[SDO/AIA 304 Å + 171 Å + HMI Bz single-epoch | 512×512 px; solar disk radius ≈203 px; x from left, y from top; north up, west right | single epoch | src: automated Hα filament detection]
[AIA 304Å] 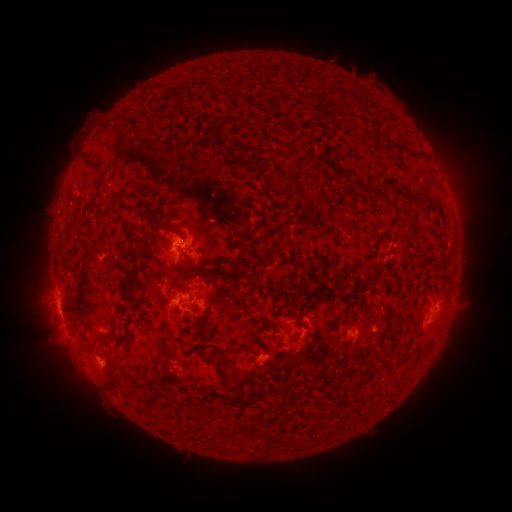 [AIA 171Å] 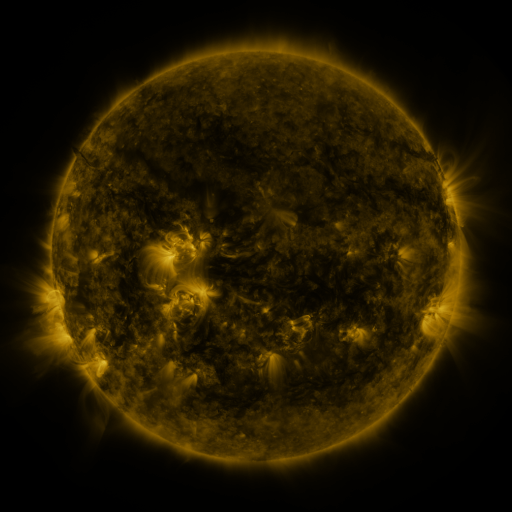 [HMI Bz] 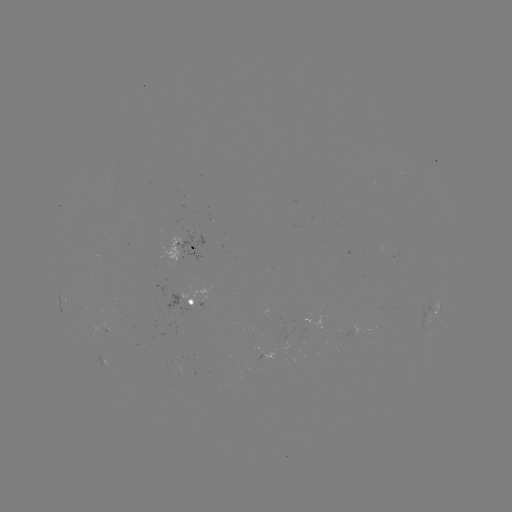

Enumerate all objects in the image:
filament: (167, 96, 179, 106)
filament: (406, 147, 420, 156)
filament: (283, 148, 303, 160)
filament: (246, 156, 263, 168)
filament: (81, 158, 98, 174)
filament: (322, 159, 360, 184)
filament: (367, 187, 392, 198)
filament: (283, 189, 293, 196)
filament: (111, 195, 121, 207)
filament: (418, 196, 427, 205)
filament: (146, 250, 175, 276)
filament: (236, 251, 246, 262)
filament: (123, 252, 142, 309)
filament: (178, 260, 243, 281)
filament: (171, 279, 183, 296)
filament: (250, 298, 258, 309)
filament: (299, 308, 306, 326)
filament: (184, 312, 212, 344)
filament: (119, 315, 133, 348)
filament: (272, 332, 311, 346)
filament: (384, 339, 396, 351)
filament: (215, 354, 227, 371)
filament: (106, 361, 126, 393)
filament: (353, 377, 363, 385)
filament: (230, 396, 260, 407)
filament: (181, 403, 190, 415)
